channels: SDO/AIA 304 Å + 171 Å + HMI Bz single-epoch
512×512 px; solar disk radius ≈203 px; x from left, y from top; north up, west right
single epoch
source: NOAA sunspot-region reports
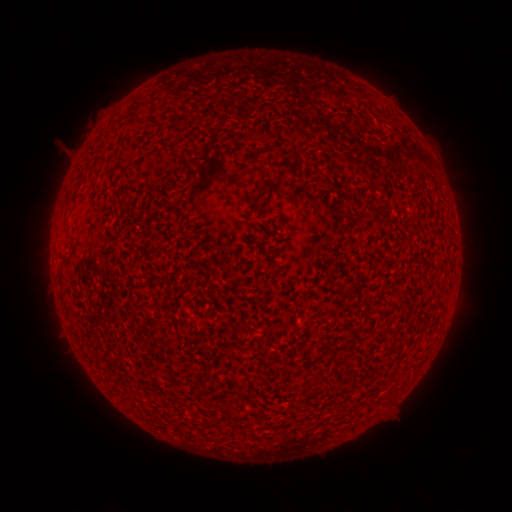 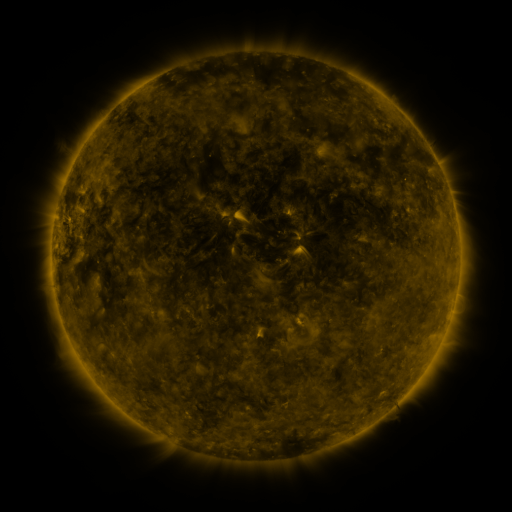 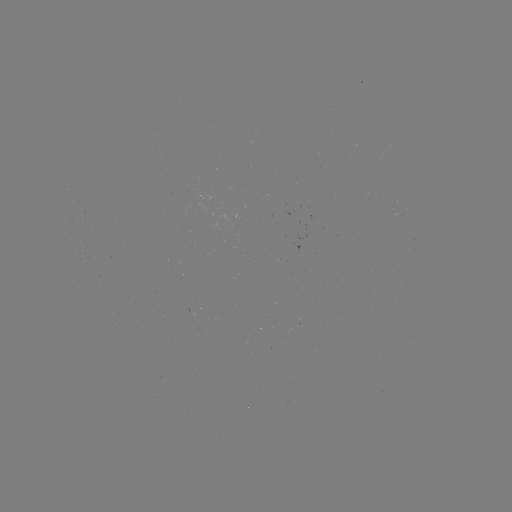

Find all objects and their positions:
(none)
